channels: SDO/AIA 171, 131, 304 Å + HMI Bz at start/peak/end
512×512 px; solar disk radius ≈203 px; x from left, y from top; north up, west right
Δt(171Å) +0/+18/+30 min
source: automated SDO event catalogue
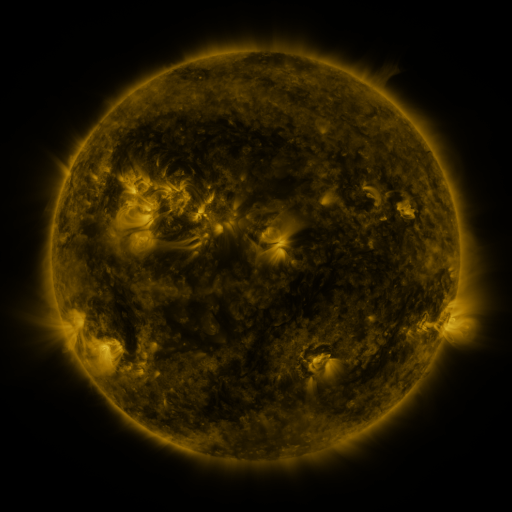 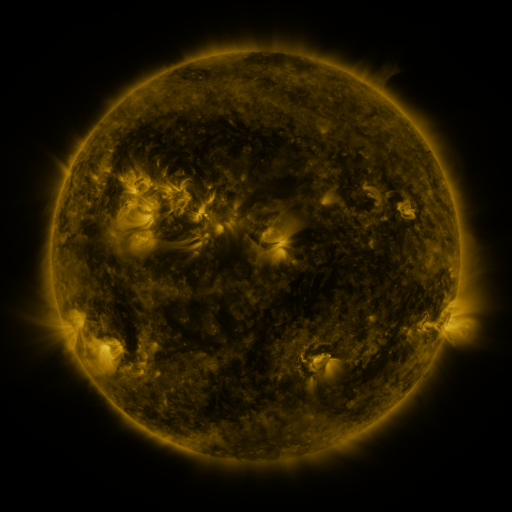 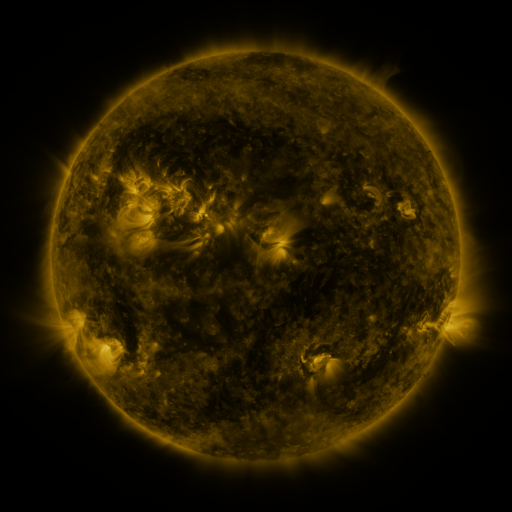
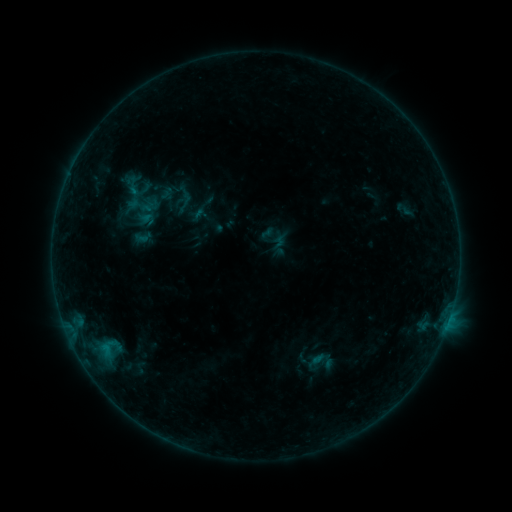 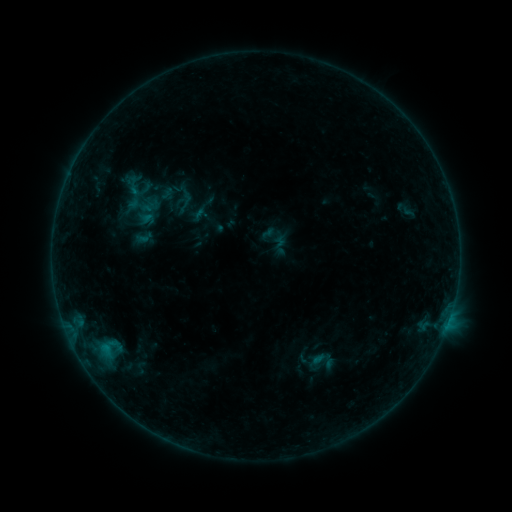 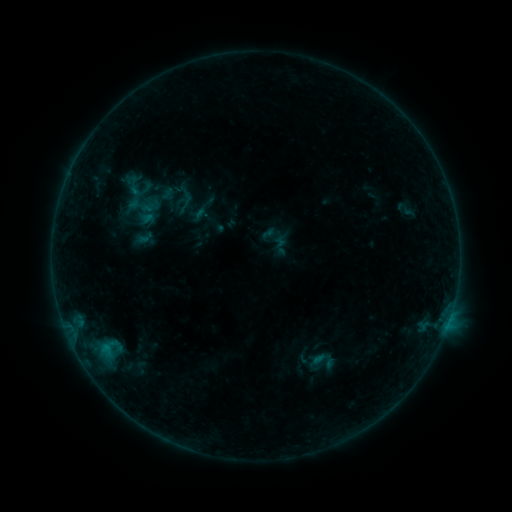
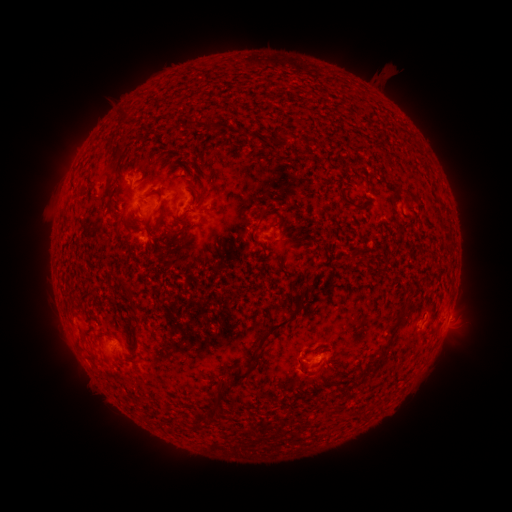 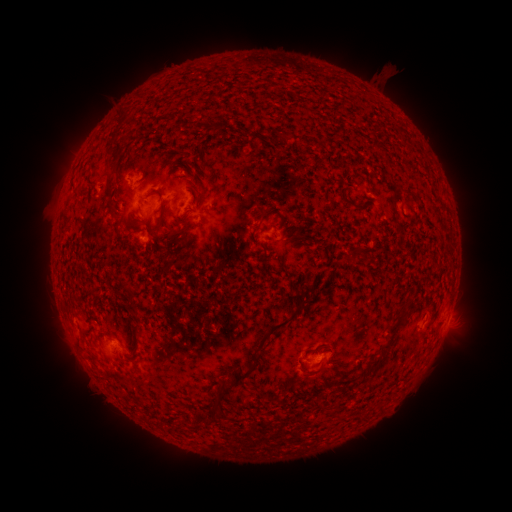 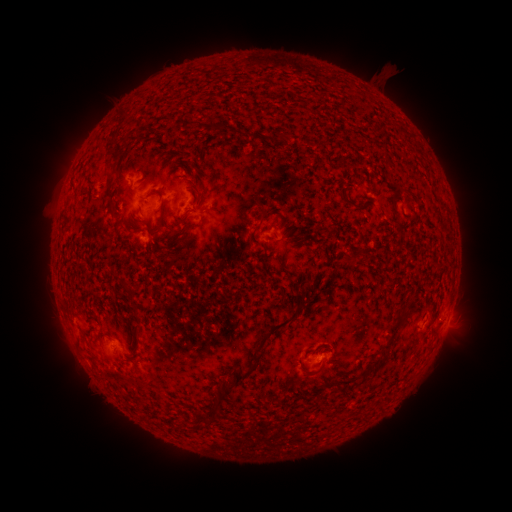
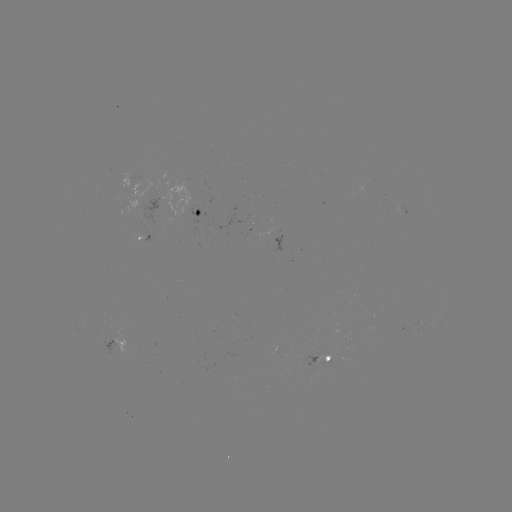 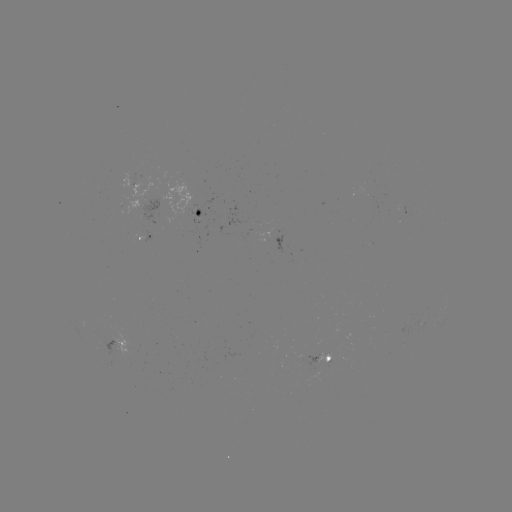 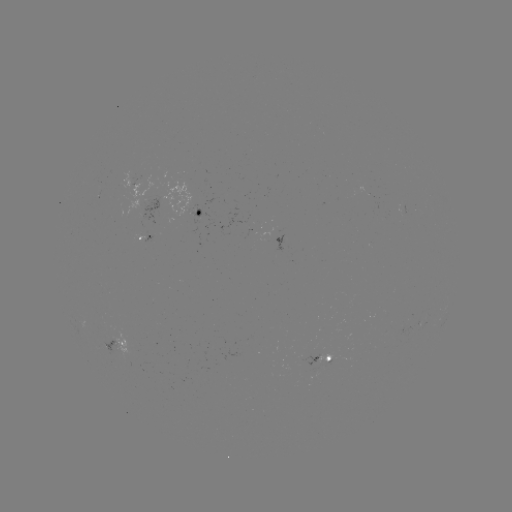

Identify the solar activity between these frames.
no flare in any classed list; no EUV-trigger detection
